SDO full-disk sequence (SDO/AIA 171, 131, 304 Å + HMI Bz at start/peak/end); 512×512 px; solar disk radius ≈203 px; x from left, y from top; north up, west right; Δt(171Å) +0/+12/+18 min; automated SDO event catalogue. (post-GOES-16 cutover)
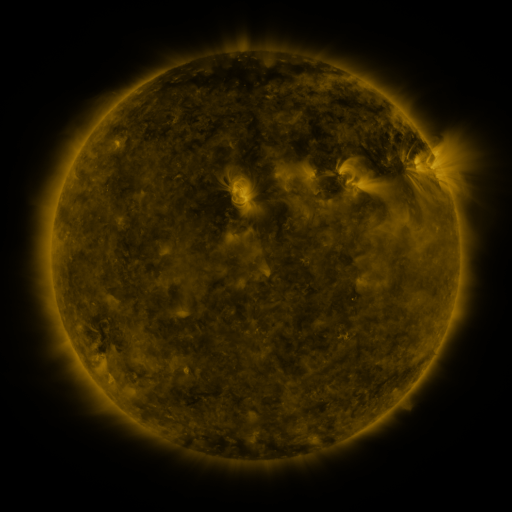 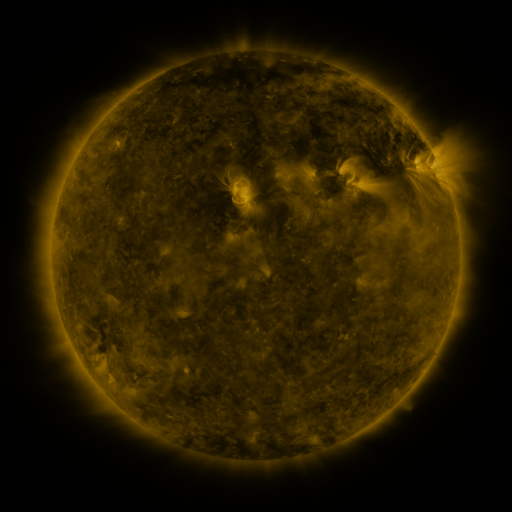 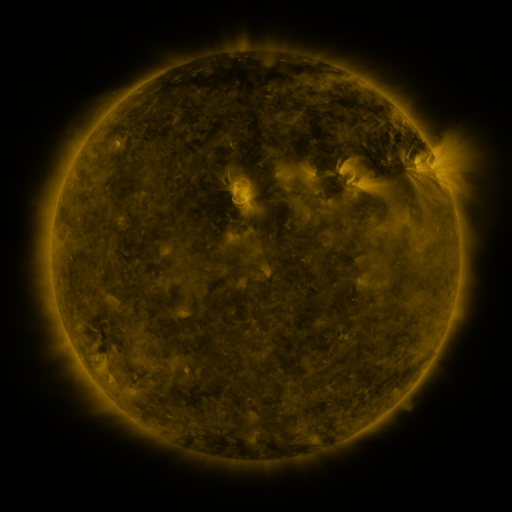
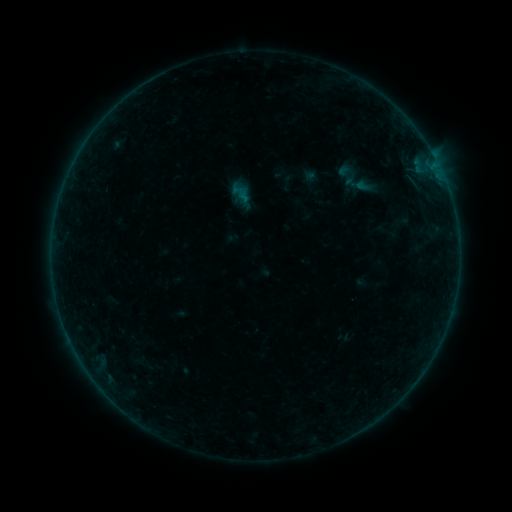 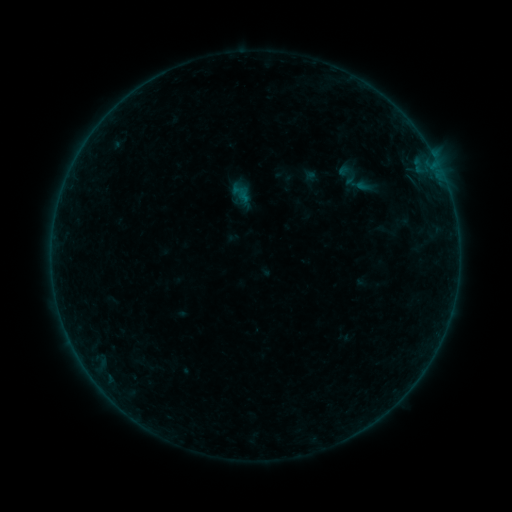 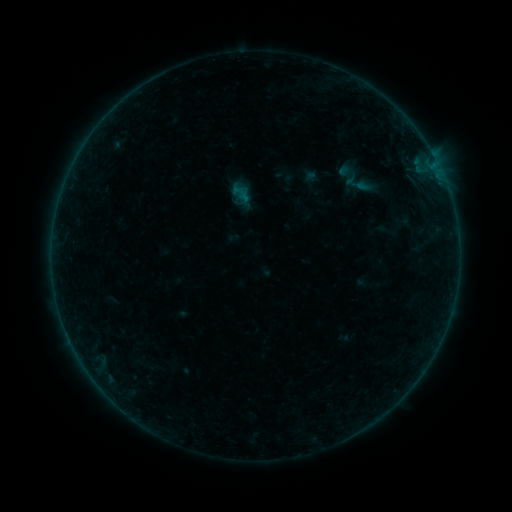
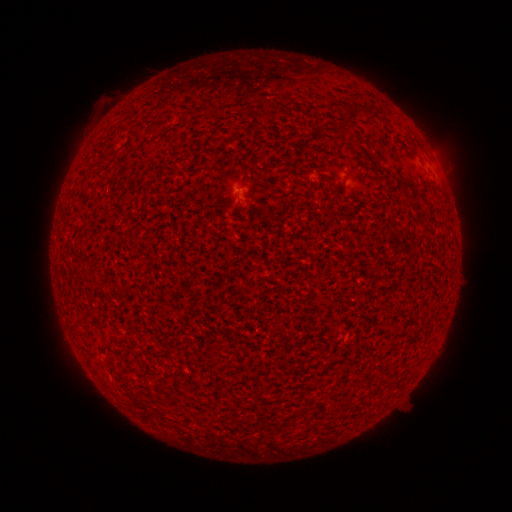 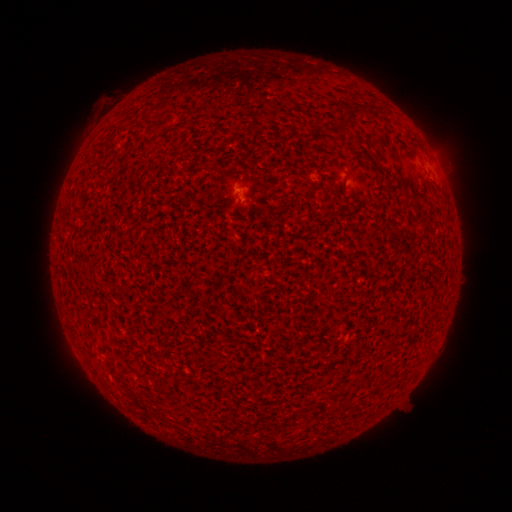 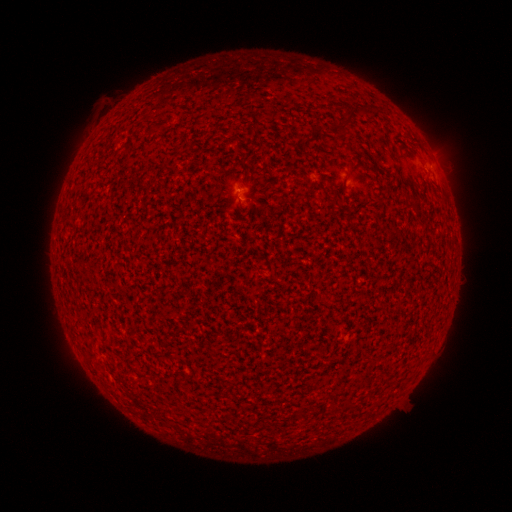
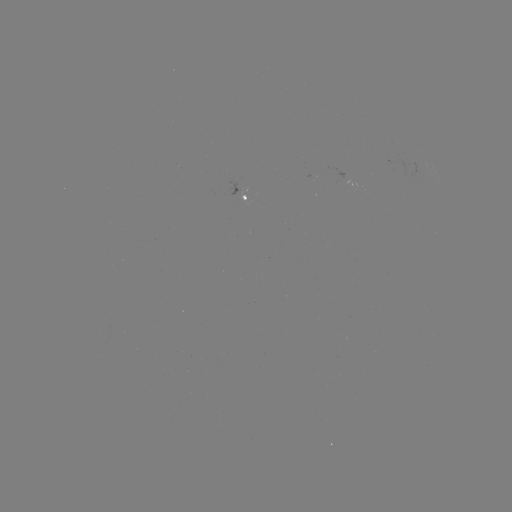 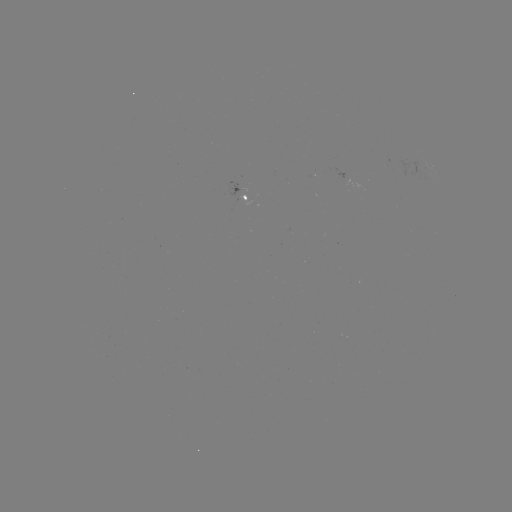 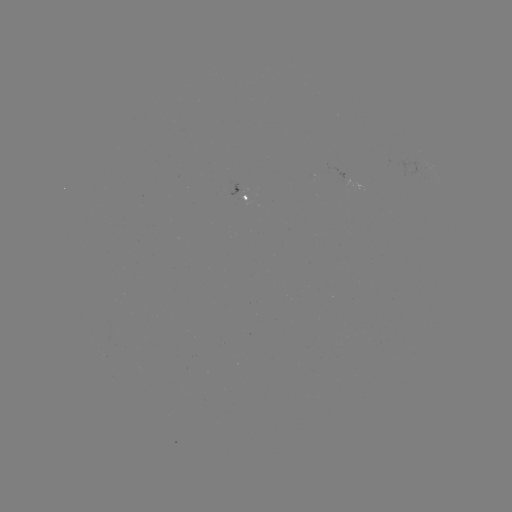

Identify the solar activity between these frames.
A5.3 flare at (239, 197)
